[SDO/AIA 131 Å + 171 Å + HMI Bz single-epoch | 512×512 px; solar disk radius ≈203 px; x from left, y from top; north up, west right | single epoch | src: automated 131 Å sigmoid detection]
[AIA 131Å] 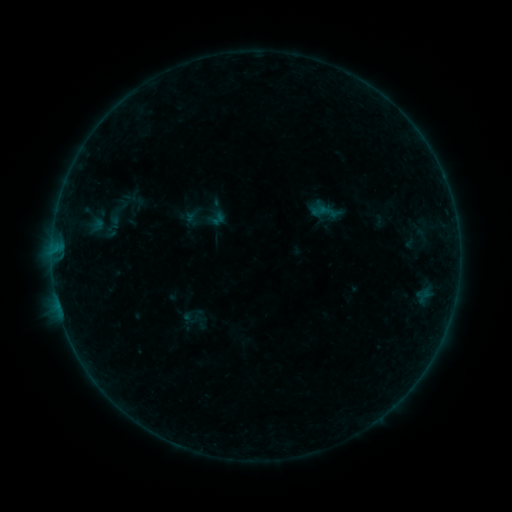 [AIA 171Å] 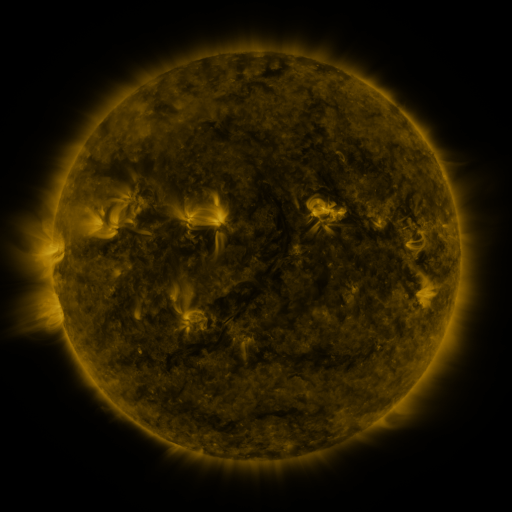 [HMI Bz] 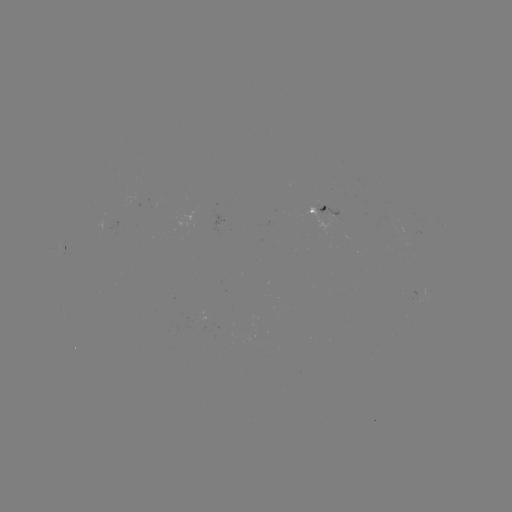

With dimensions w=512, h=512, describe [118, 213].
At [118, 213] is sigmoid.